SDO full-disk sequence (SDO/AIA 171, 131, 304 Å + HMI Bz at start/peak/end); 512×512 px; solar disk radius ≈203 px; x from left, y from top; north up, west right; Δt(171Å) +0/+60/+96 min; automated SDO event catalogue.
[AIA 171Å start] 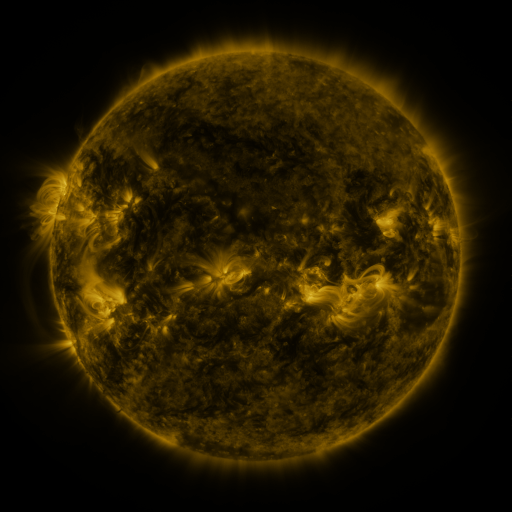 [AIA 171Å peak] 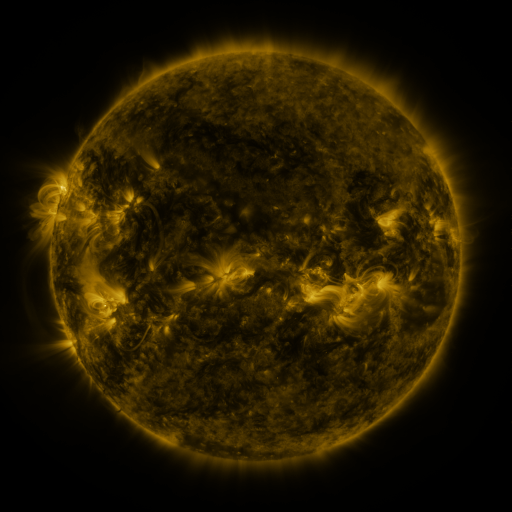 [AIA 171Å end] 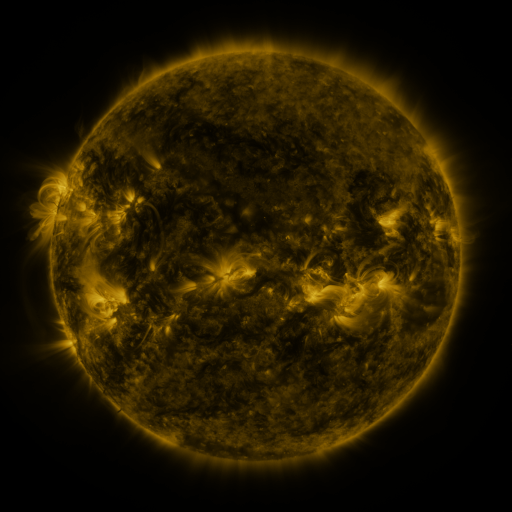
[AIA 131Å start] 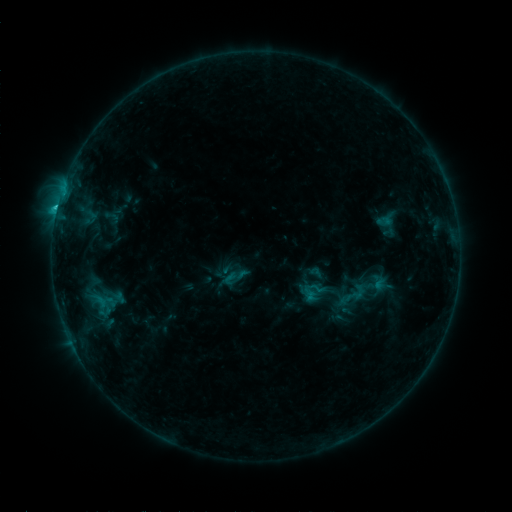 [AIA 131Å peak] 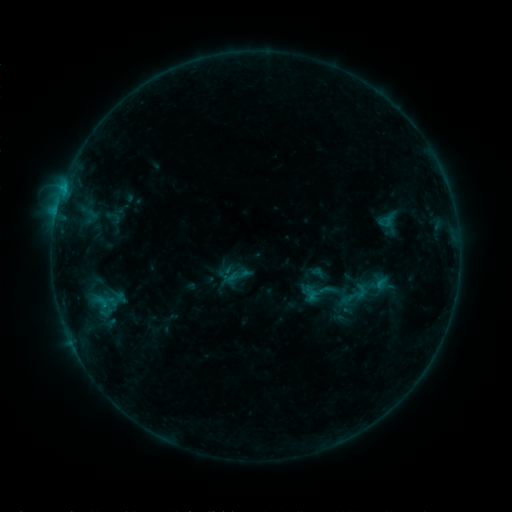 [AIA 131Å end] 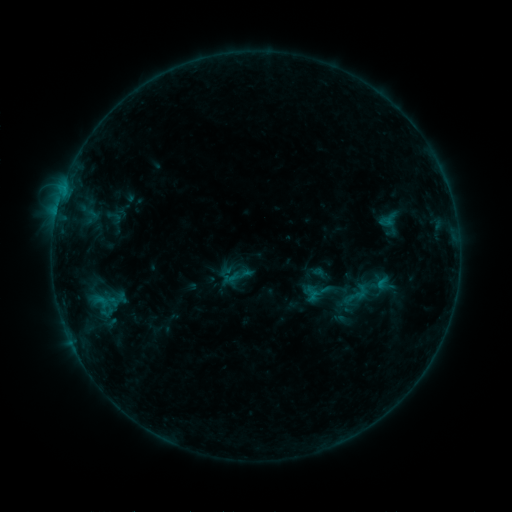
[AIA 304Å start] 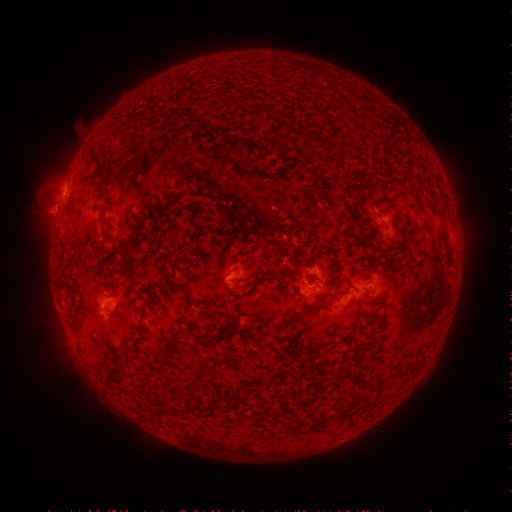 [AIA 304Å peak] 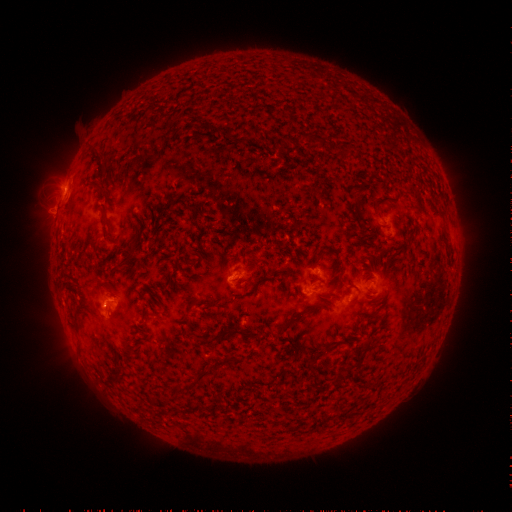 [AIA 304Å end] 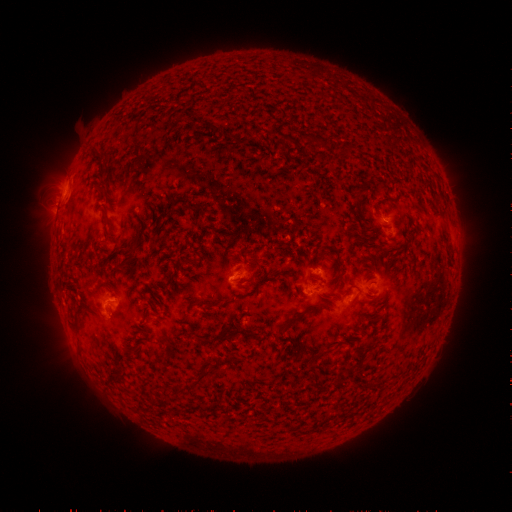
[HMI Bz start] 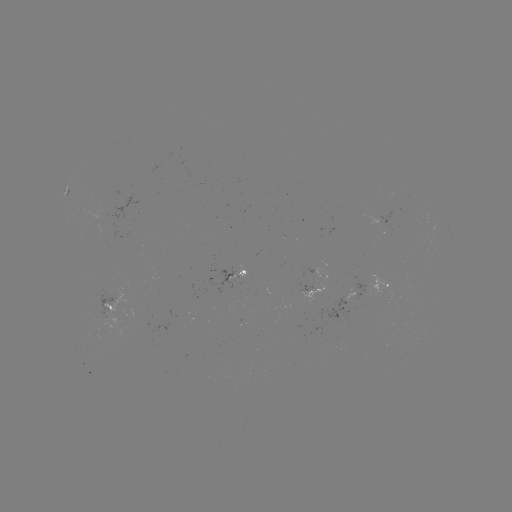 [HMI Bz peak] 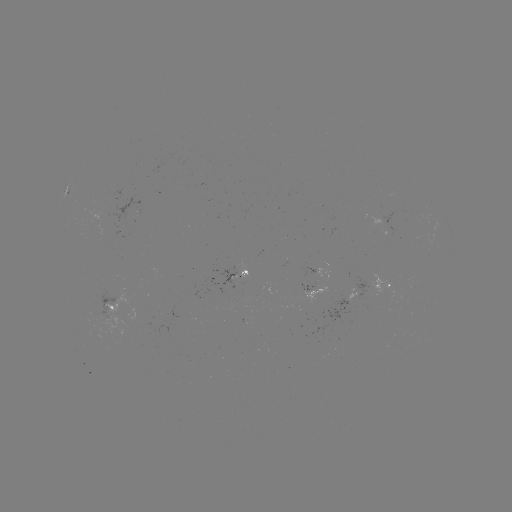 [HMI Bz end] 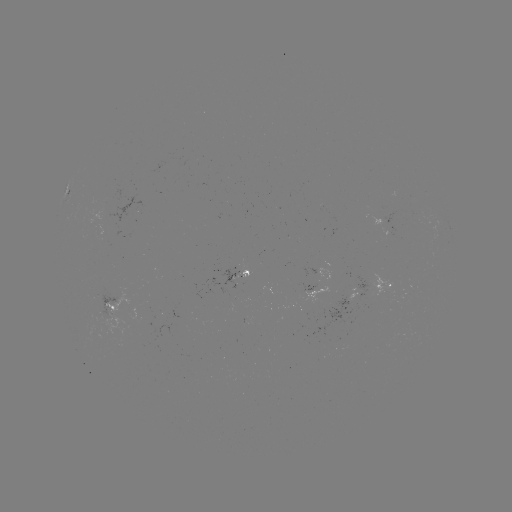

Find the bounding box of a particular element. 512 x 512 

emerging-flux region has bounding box [379, 228, 389, 236].